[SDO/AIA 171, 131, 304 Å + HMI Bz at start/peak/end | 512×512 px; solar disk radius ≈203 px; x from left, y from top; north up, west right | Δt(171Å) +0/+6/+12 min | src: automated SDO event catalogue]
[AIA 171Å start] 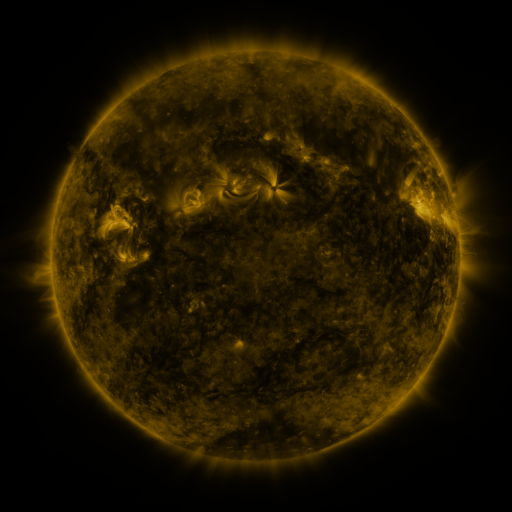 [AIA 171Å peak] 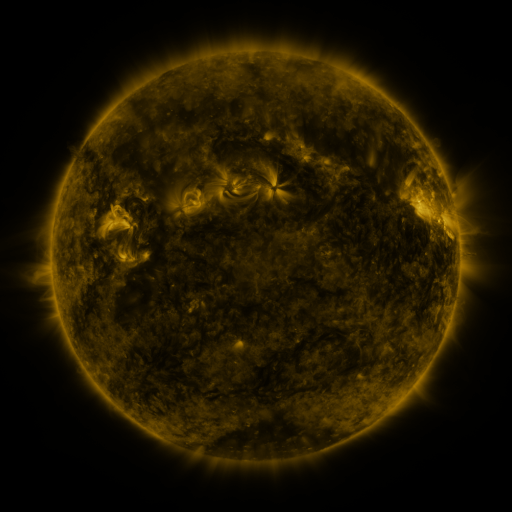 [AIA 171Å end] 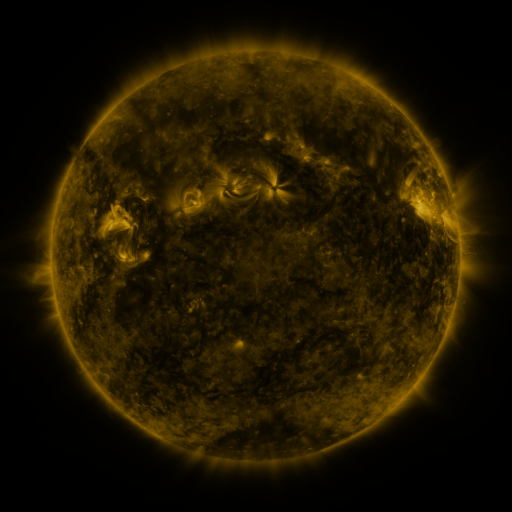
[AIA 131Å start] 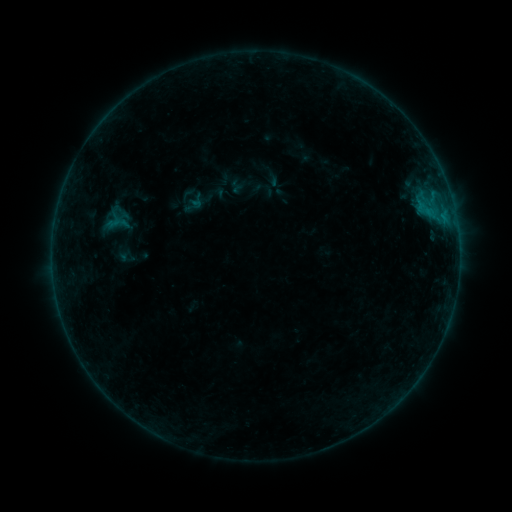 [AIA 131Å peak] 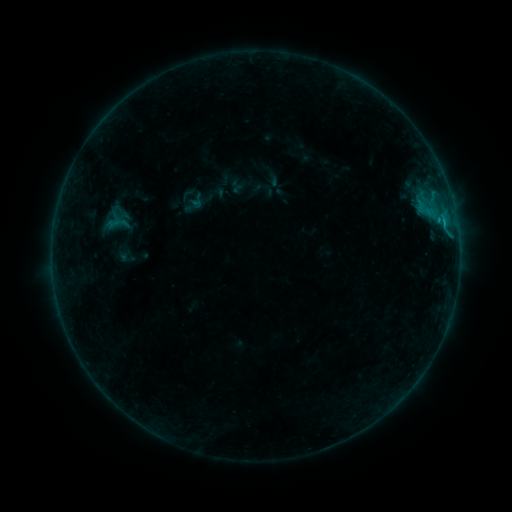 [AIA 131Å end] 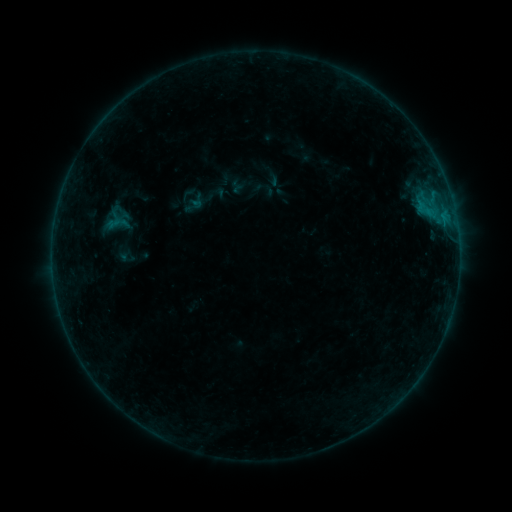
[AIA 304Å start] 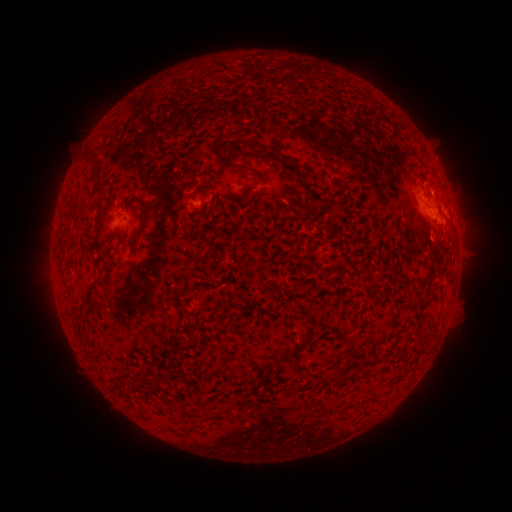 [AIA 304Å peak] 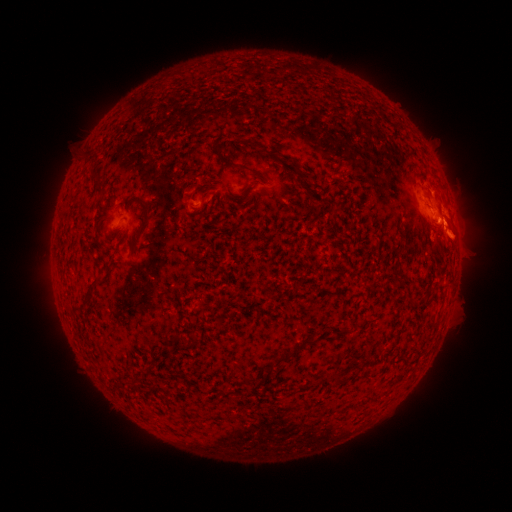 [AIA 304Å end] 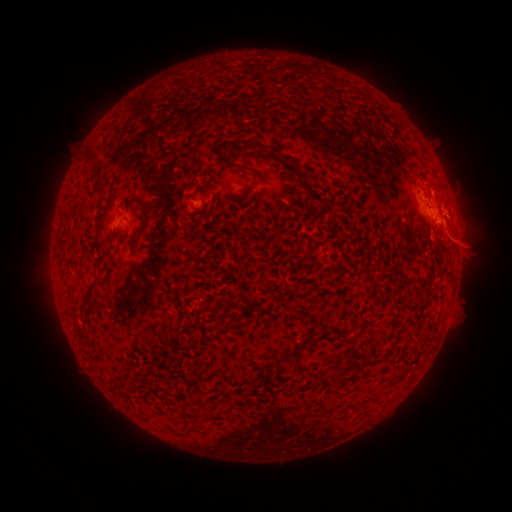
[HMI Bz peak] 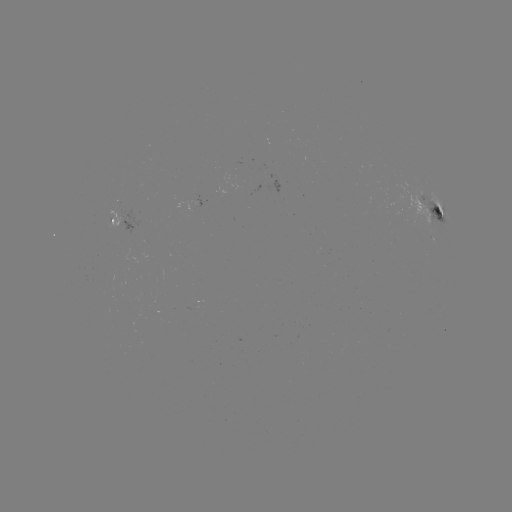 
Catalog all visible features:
B5.1 flare: (444, 224)
